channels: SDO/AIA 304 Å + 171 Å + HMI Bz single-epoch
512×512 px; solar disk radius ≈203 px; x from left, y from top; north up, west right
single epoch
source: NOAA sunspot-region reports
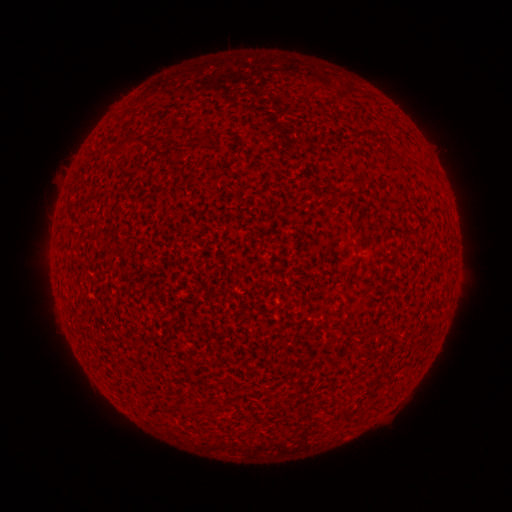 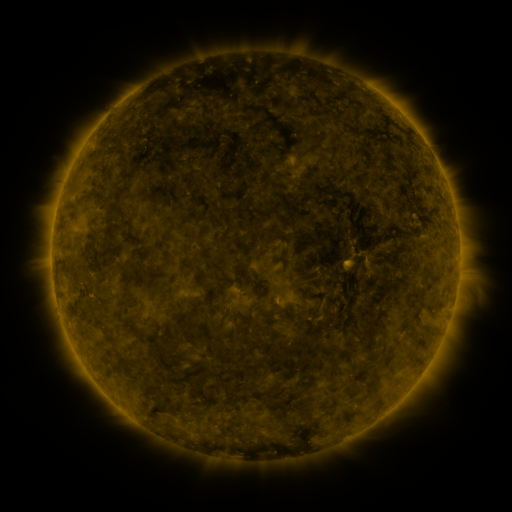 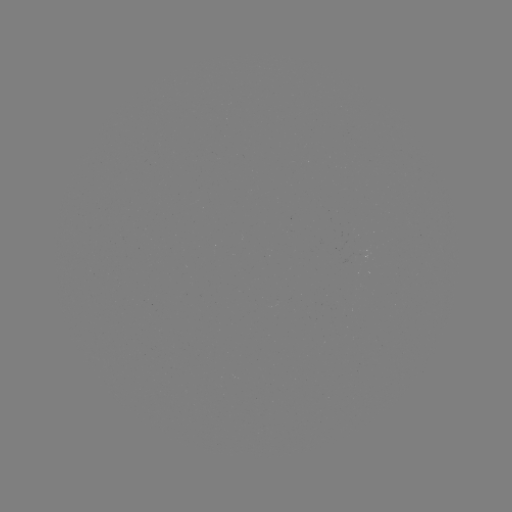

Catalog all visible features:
(none)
